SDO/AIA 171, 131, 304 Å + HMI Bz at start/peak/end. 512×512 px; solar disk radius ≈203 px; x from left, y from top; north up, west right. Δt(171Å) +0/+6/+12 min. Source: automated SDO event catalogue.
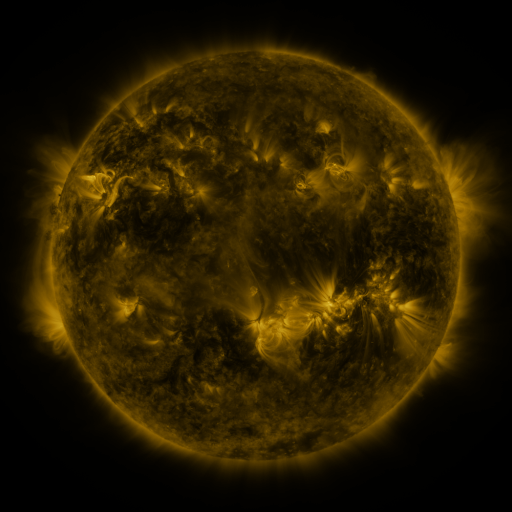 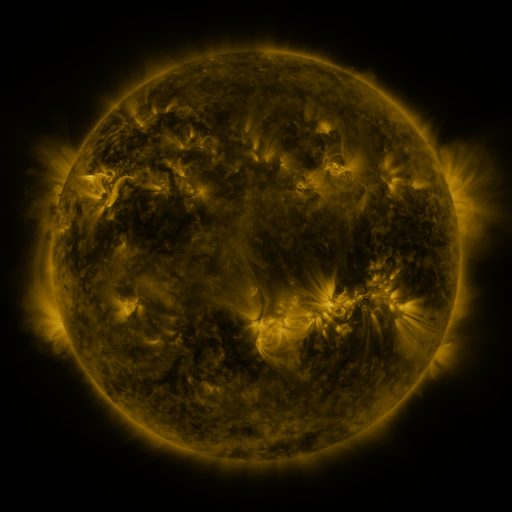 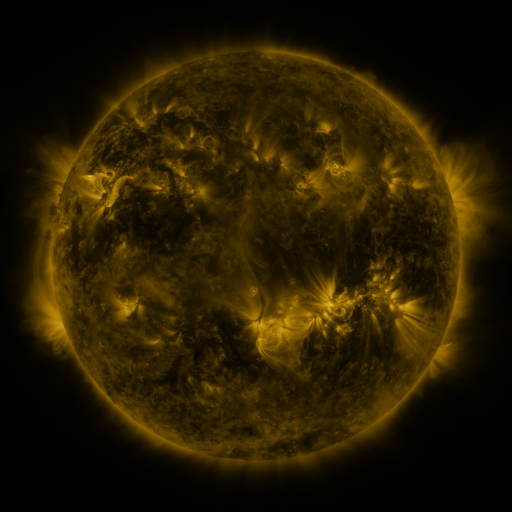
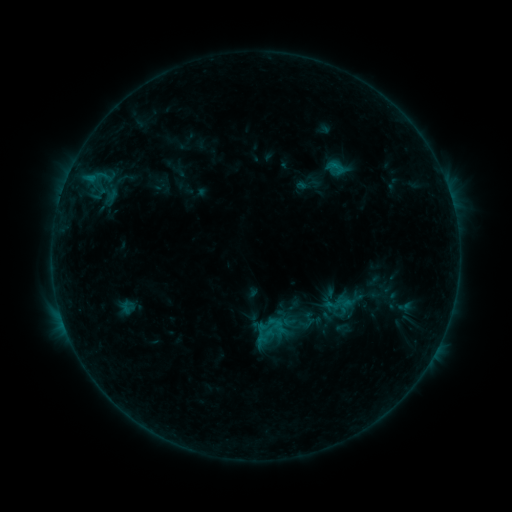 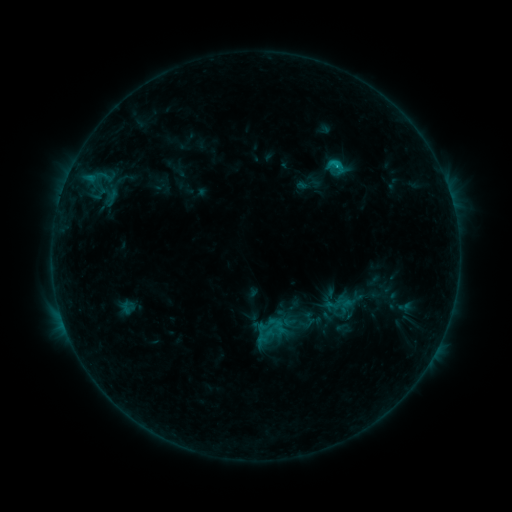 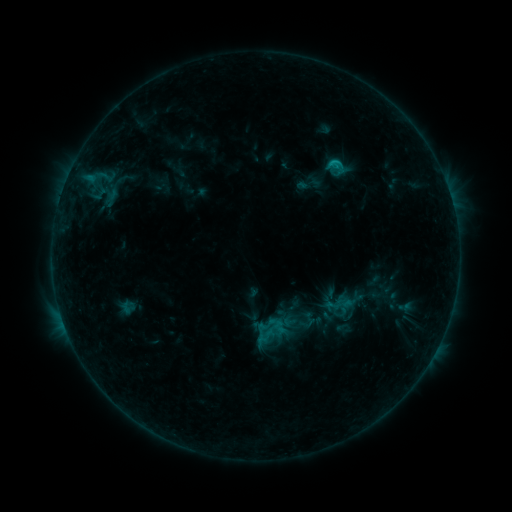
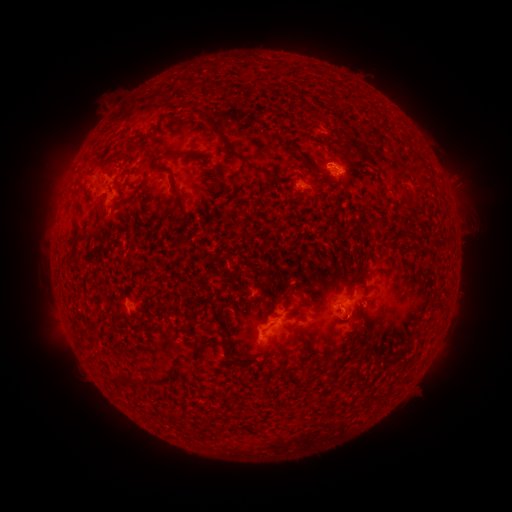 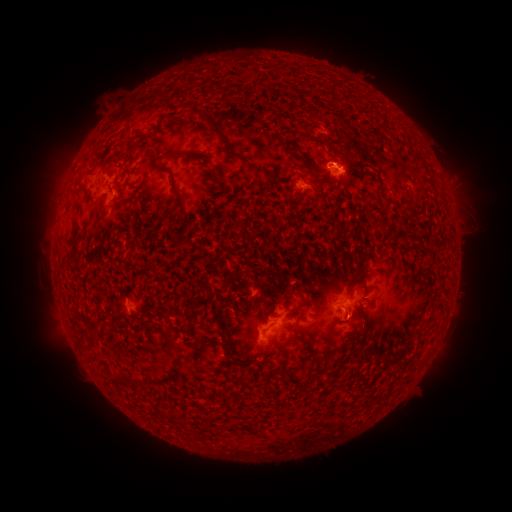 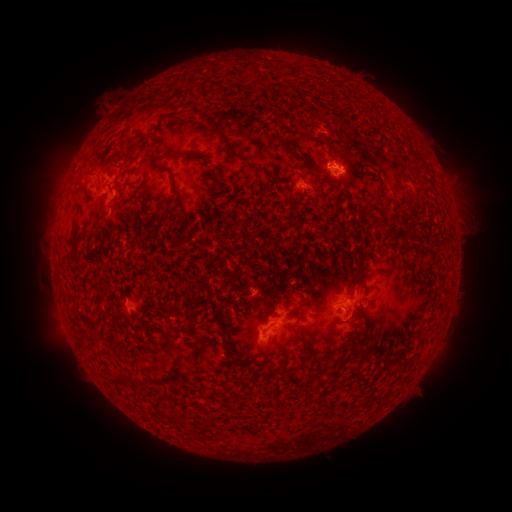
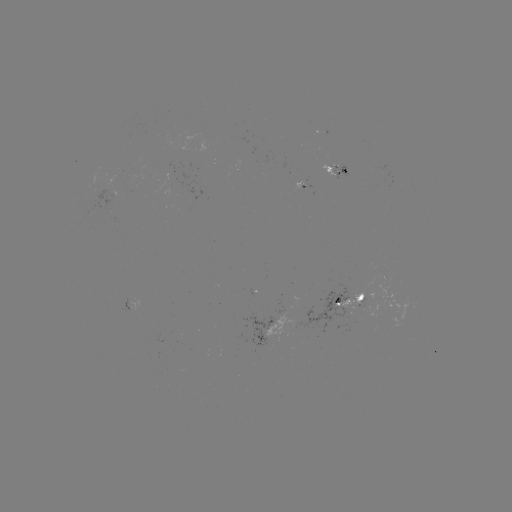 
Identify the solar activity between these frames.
B8.7 flare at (335, 166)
